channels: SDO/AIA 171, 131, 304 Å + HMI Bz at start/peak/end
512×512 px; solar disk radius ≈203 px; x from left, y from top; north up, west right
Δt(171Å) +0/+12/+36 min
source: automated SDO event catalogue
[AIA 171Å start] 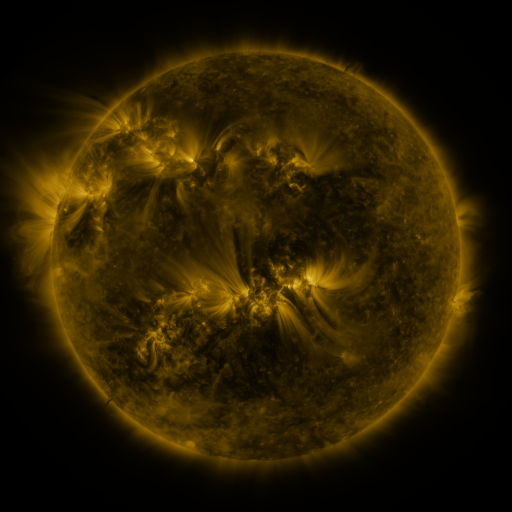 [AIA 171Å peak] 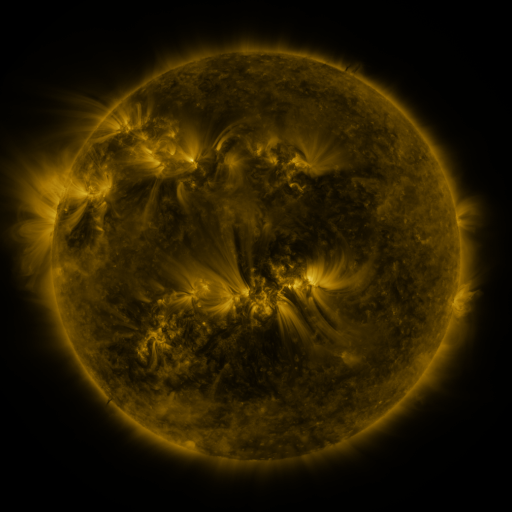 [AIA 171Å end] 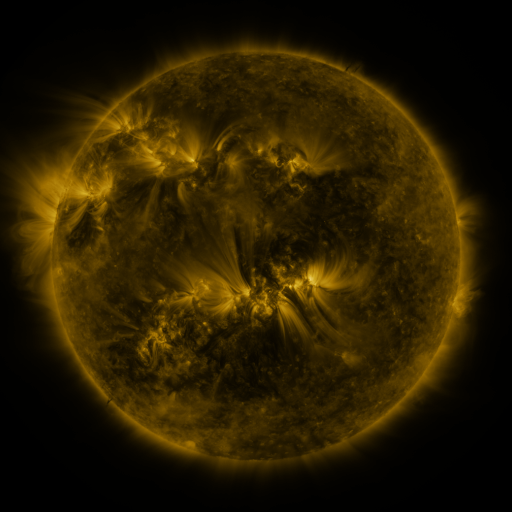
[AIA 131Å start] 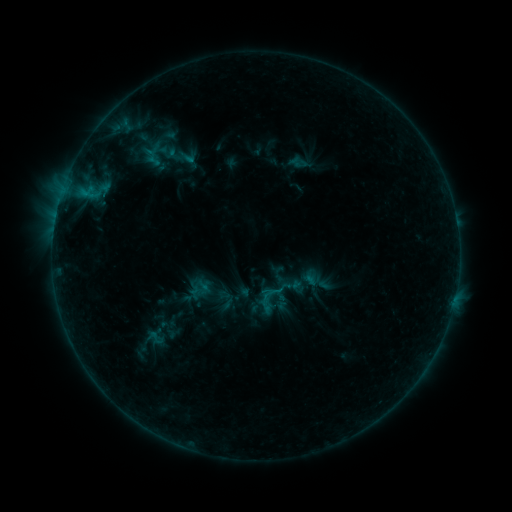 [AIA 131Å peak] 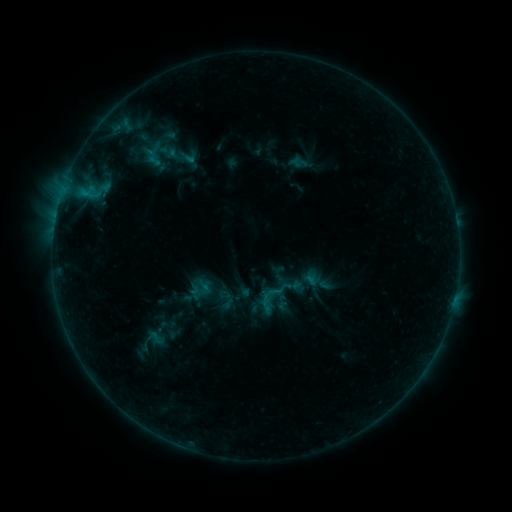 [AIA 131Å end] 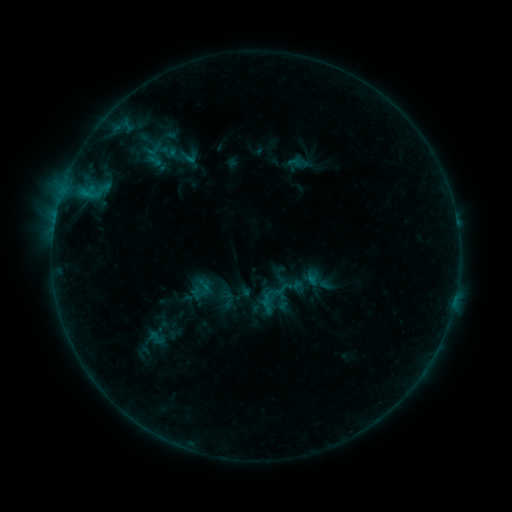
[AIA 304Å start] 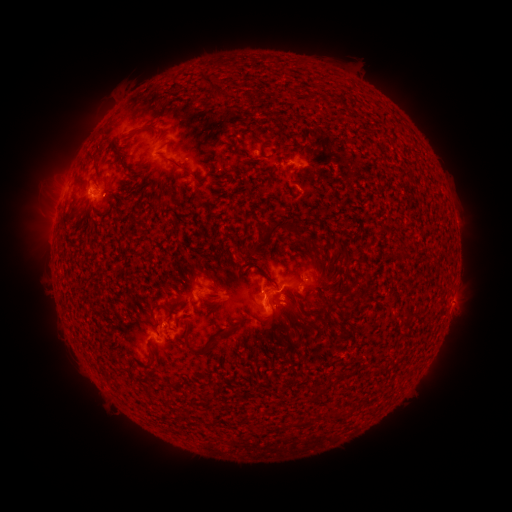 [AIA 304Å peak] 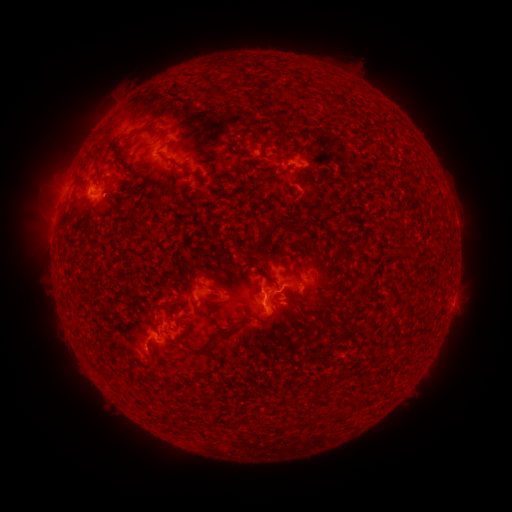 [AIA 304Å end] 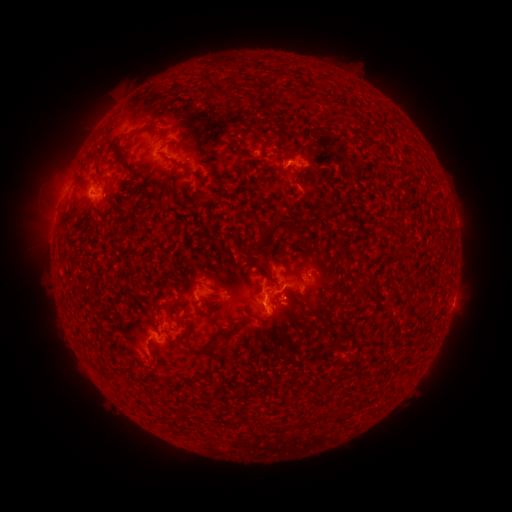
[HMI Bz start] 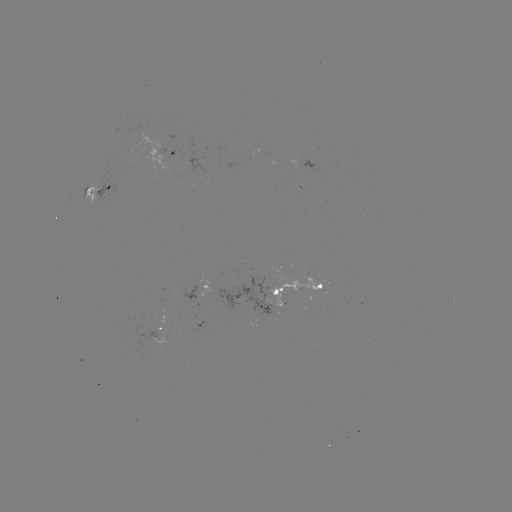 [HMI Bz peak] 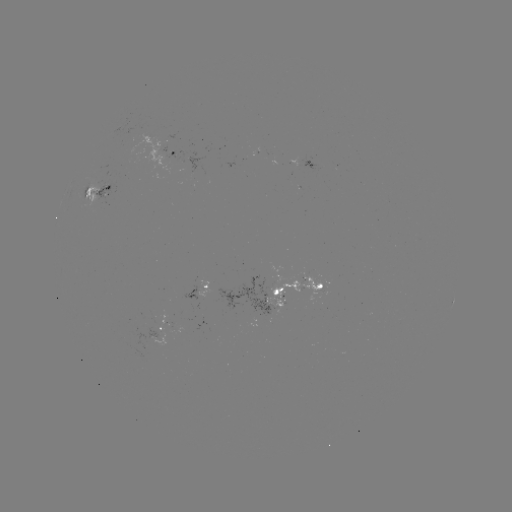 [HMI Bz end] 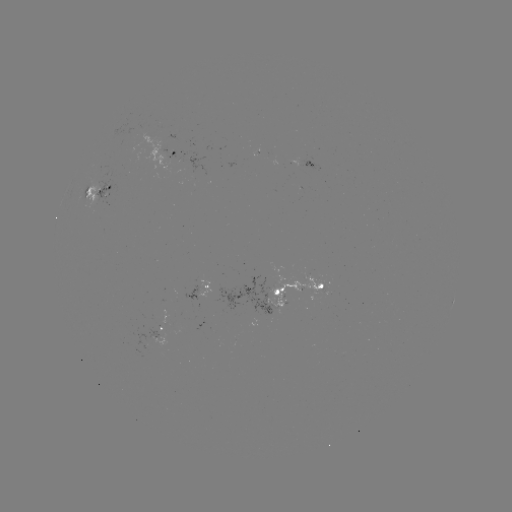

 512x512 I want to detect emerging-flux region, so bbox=[183, 280, 203, 299].